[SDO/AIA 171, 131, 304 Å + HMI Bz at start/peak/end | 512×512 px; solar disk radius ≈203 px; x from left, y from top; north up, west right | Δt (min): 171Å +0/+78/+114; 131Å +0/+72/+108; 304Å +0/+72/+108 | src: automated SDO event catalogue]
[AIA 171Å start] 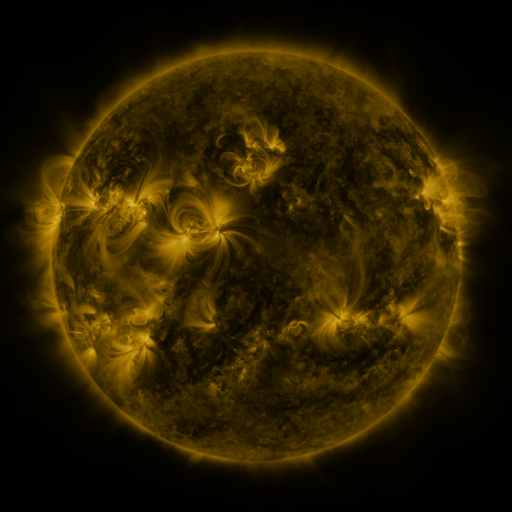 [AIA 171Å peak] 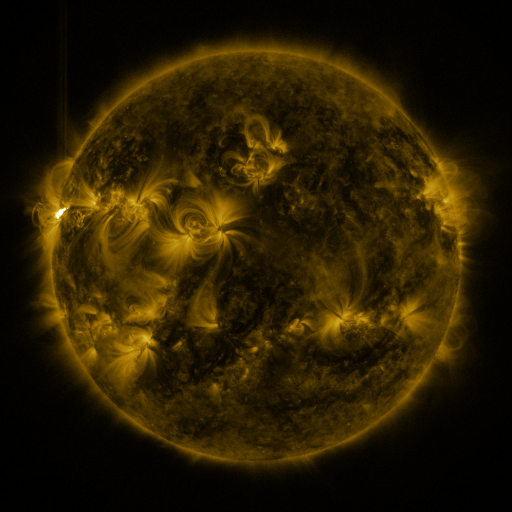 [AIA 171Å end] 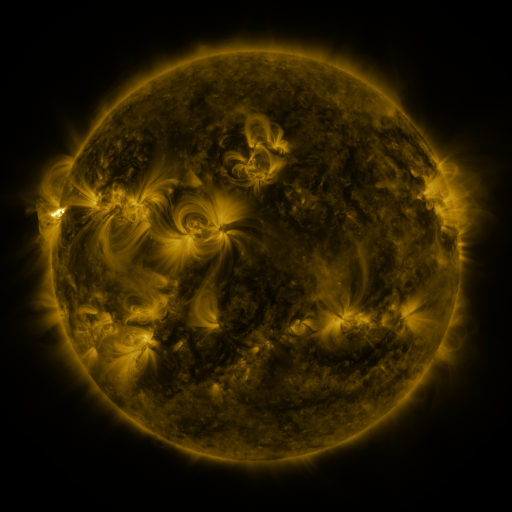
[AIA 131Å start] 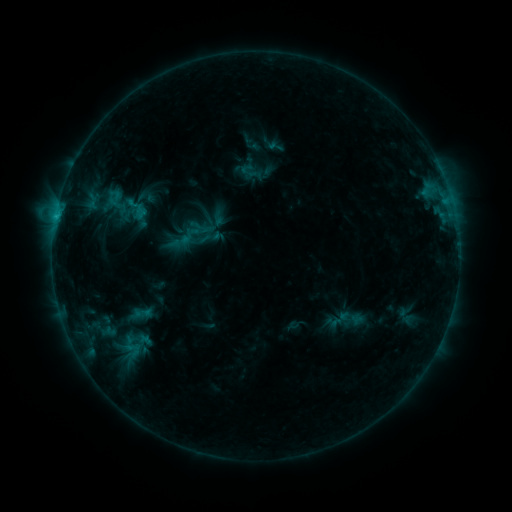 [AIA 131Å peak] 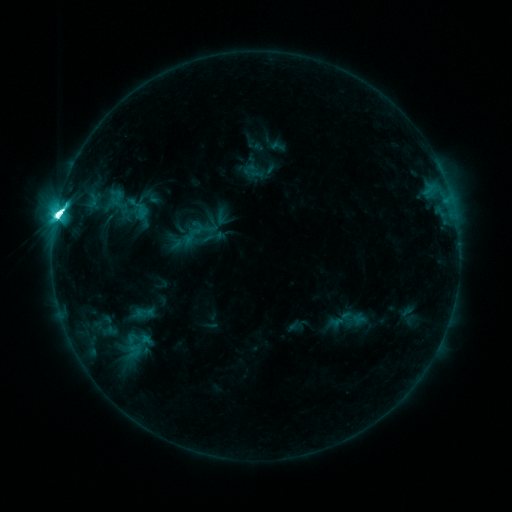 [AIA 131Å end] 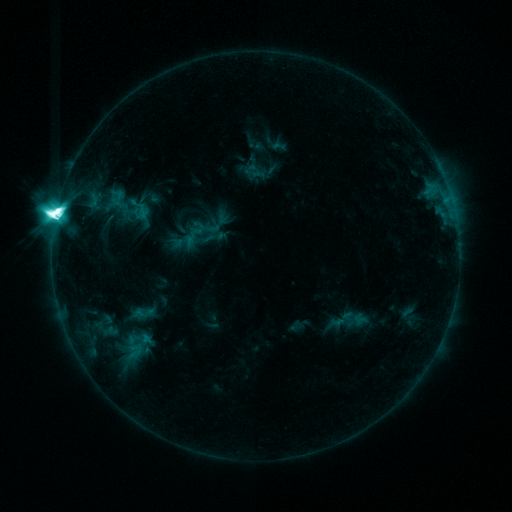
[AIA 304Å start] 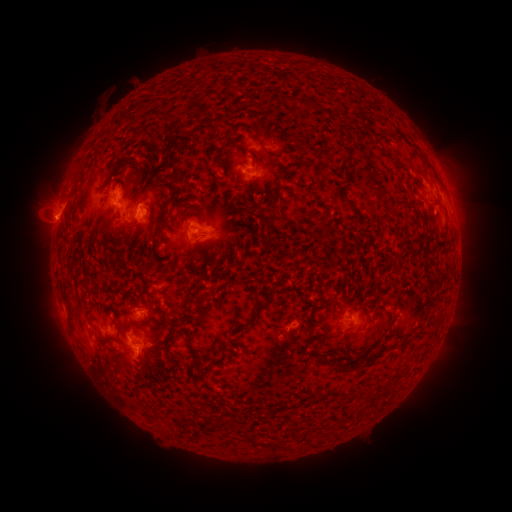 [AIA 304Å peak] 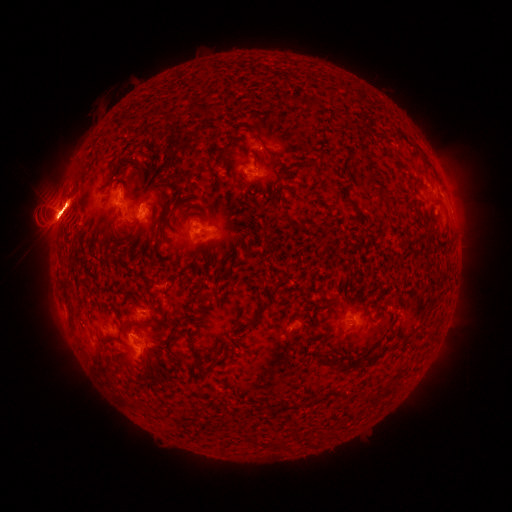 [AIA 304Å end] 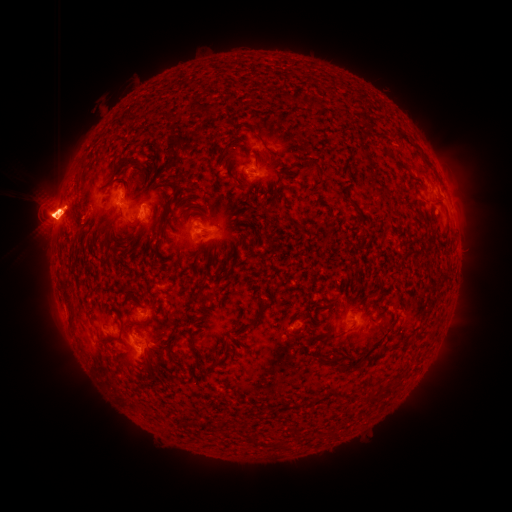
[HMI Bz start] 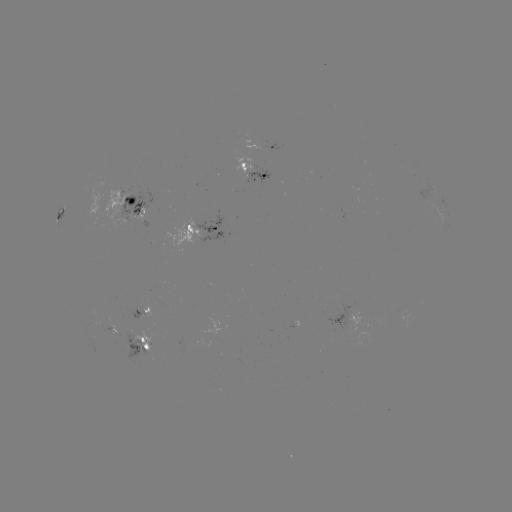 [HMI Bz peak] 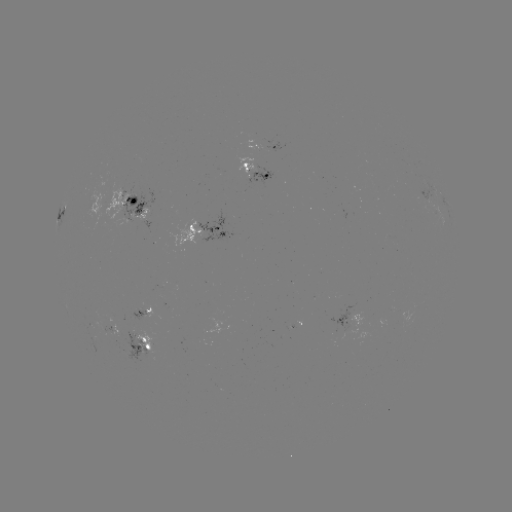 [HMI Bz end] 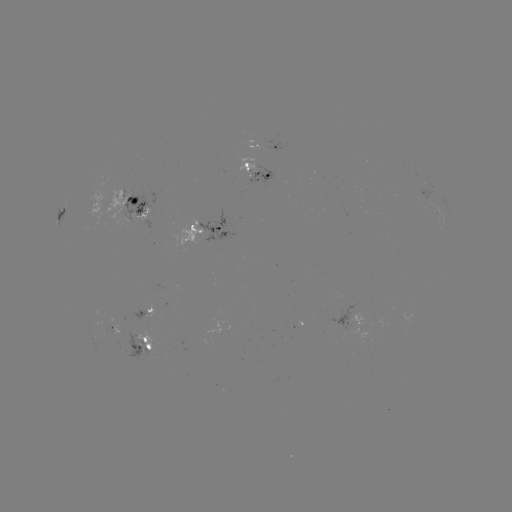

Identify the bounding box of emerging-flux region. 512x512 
[335, 313, 363, 341].